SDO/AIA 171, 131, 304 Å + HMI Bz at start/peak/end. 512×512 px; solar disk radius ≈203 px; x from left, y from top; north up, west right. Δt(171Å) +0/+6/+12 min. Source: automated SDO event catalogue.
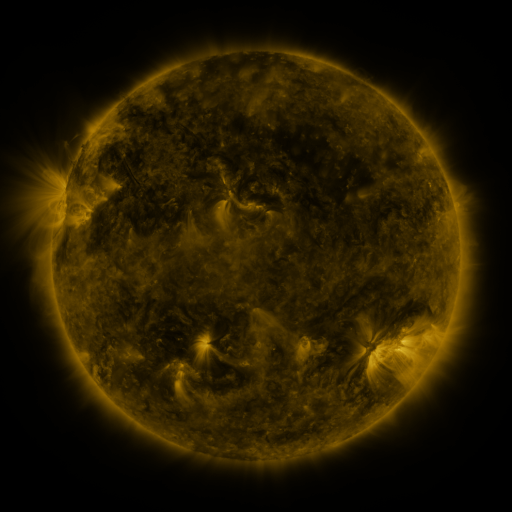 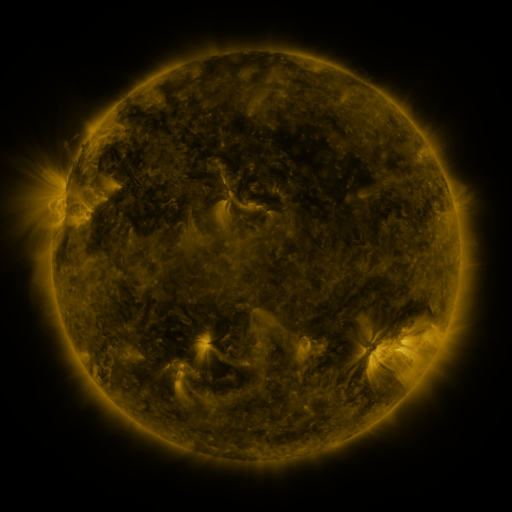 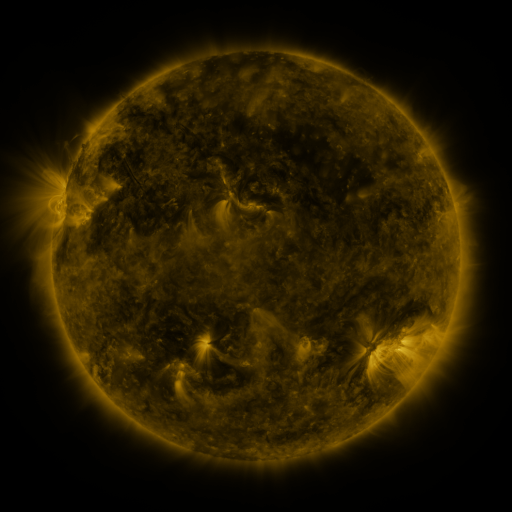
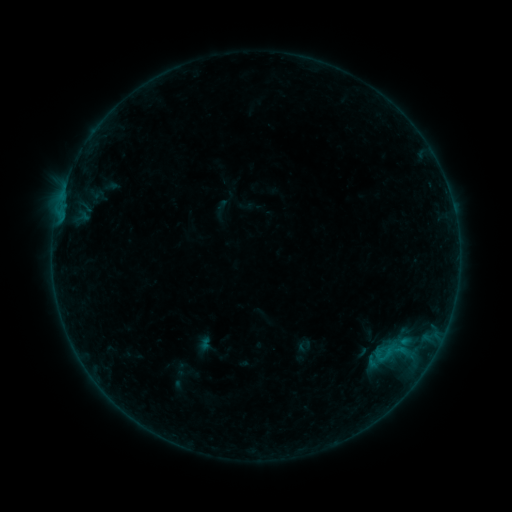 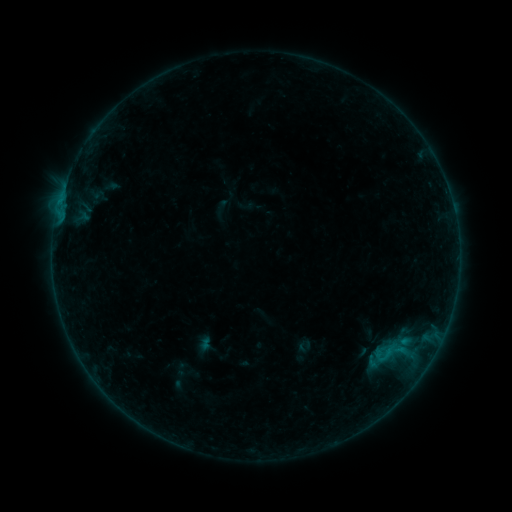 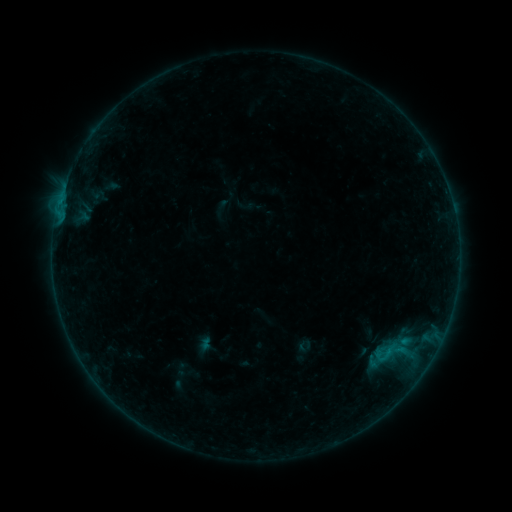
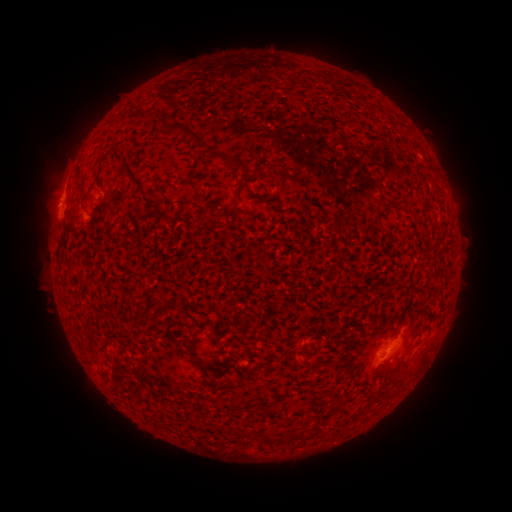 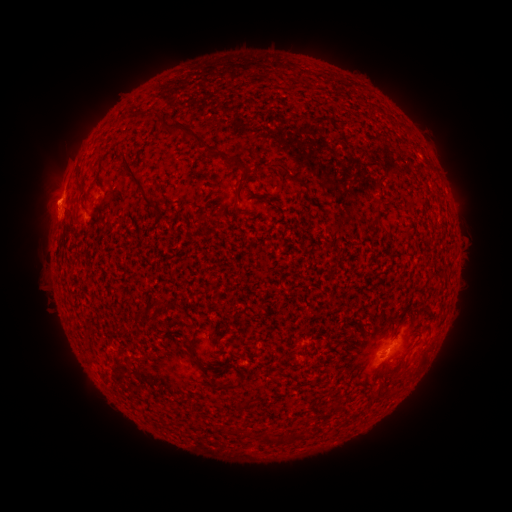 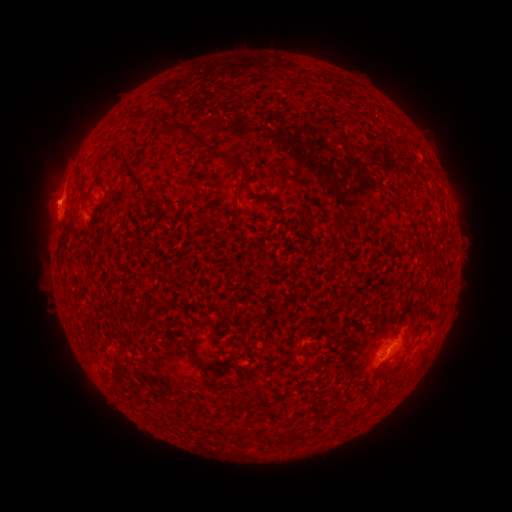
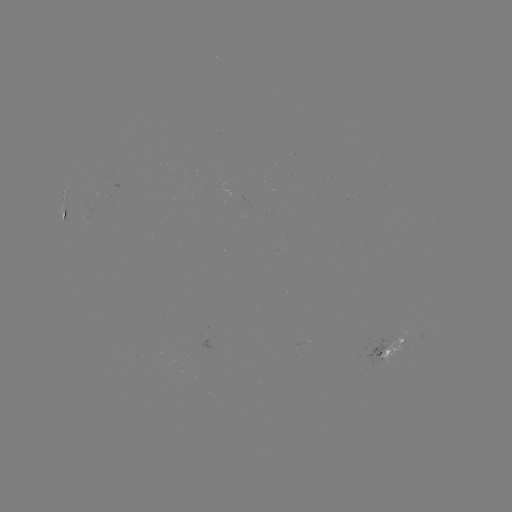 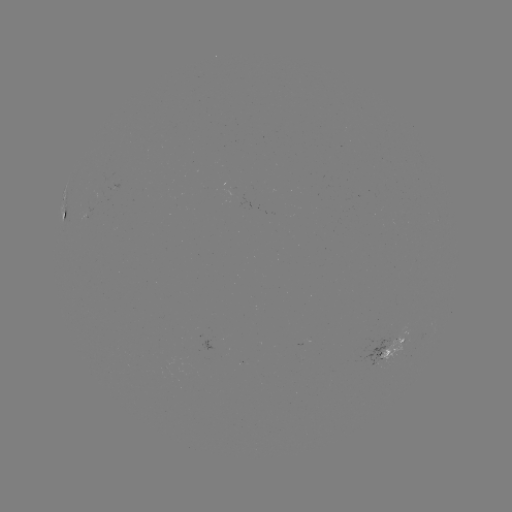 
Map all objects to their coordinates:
eruption: (42, 199)
